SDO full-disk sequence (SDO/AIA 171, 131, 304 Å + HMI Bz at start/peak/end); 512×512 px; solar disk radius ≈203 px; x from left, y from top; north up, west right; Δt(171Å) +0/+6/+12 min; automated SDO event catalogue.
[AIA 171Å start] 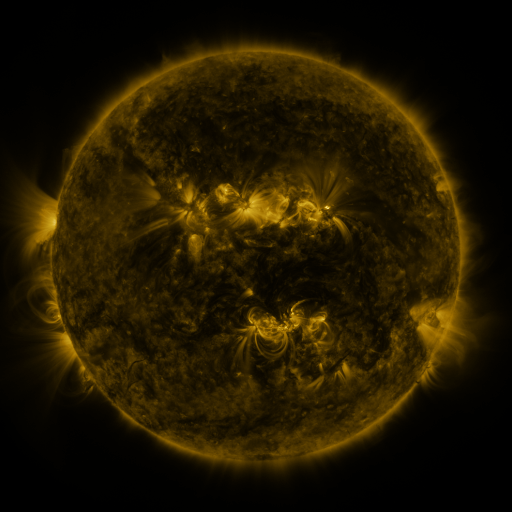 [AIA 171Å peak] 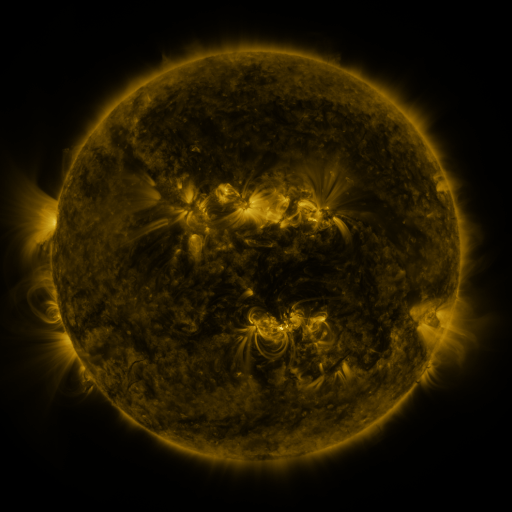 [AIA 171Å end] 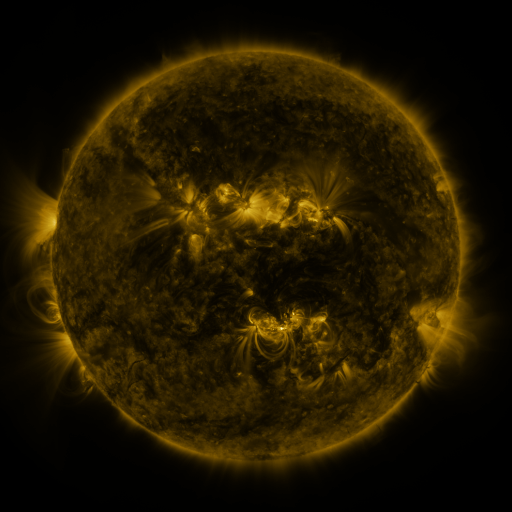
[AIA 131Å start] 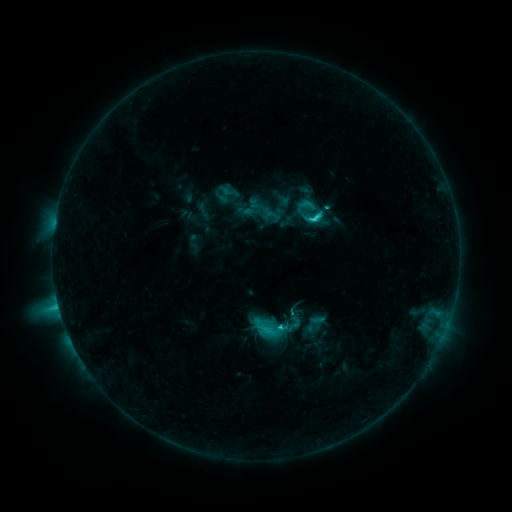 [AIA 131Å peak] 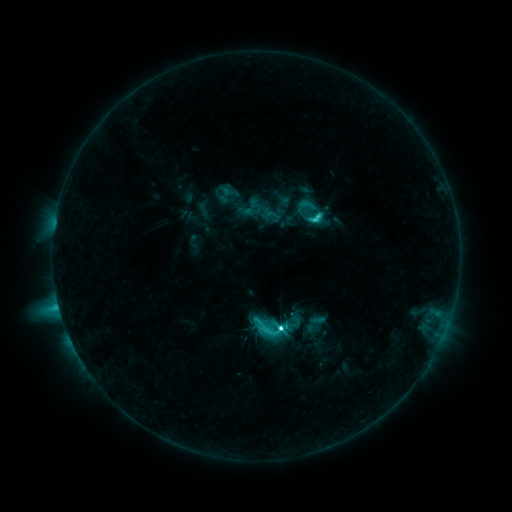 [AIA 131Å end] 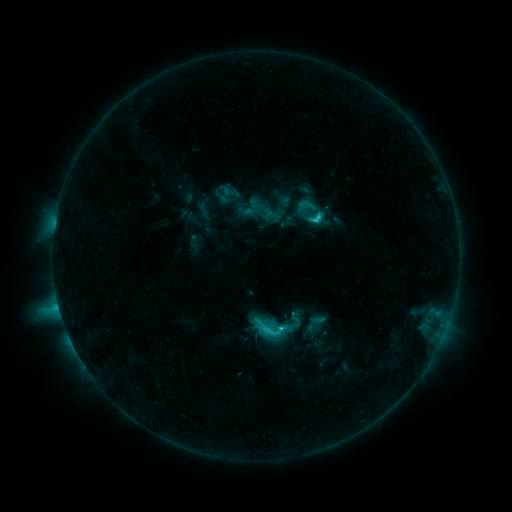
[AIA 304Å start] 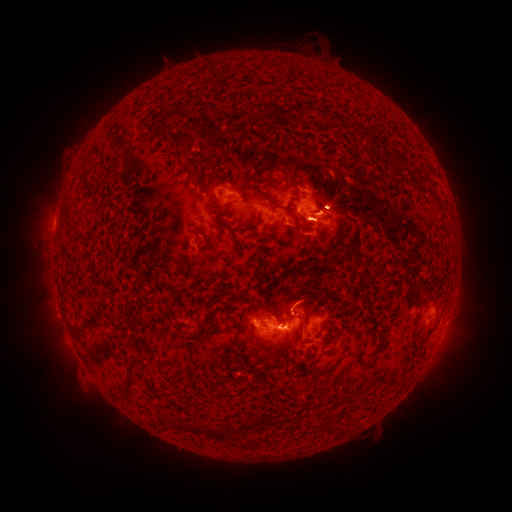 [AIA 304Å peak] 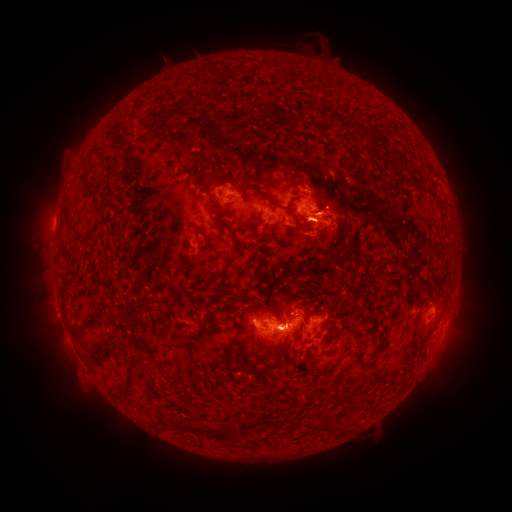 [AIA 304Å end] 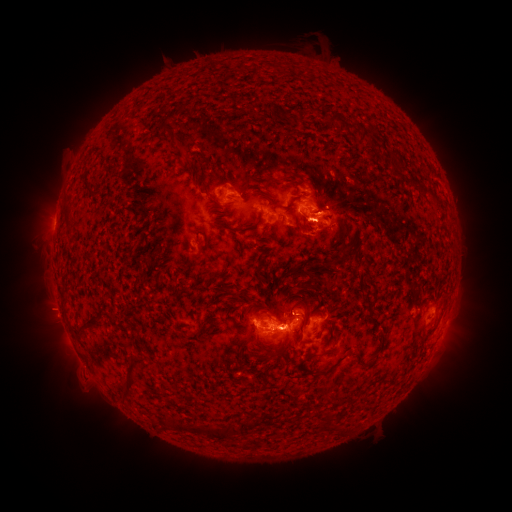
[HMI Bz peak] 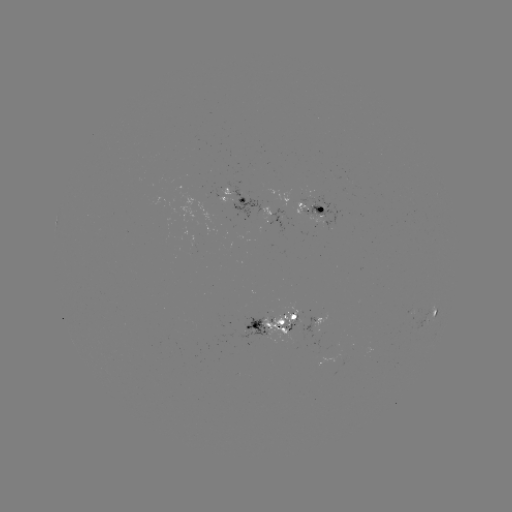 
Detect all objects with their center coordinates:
eruption: (333, 188)
